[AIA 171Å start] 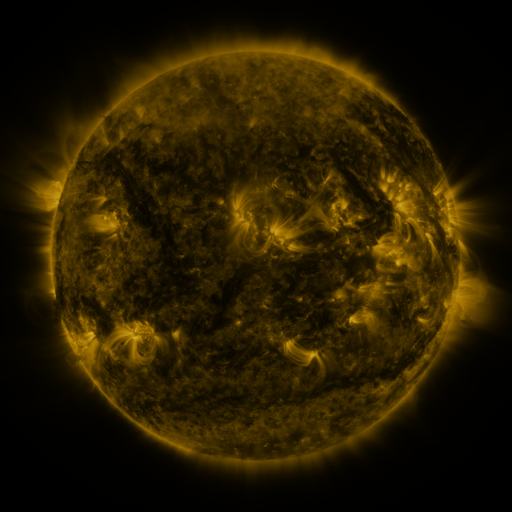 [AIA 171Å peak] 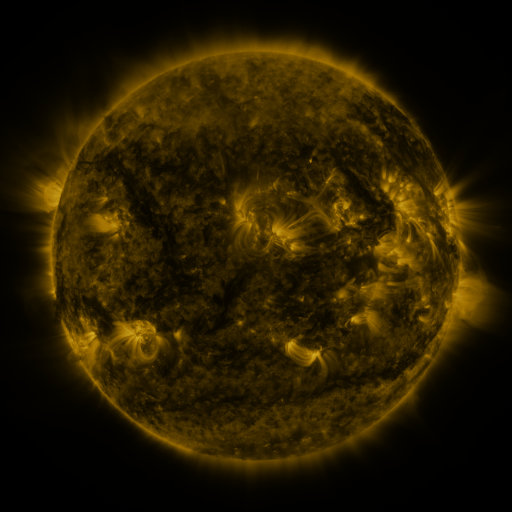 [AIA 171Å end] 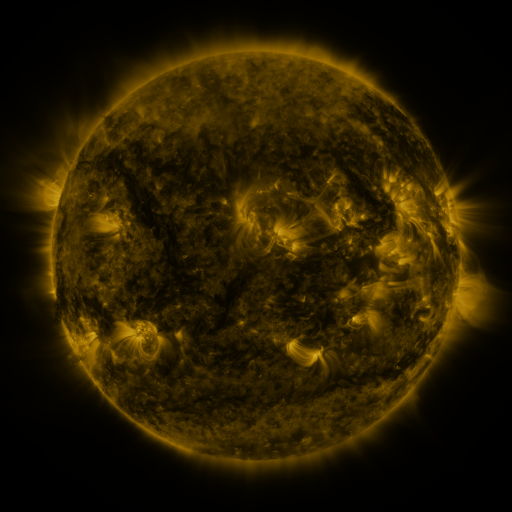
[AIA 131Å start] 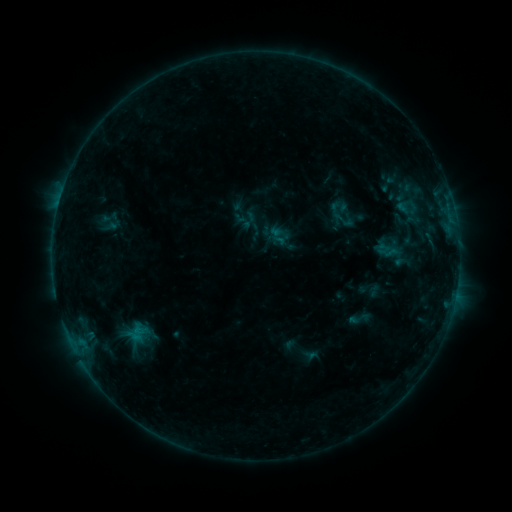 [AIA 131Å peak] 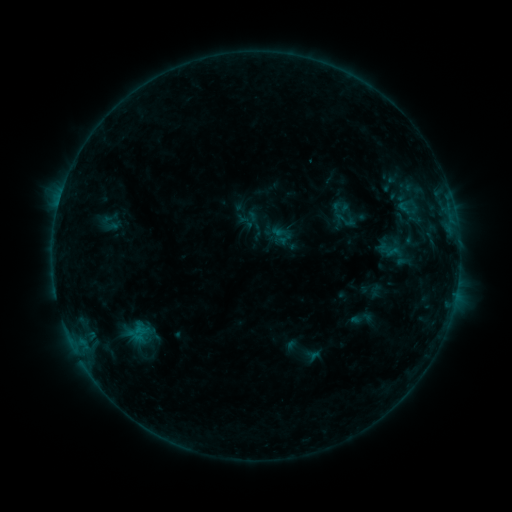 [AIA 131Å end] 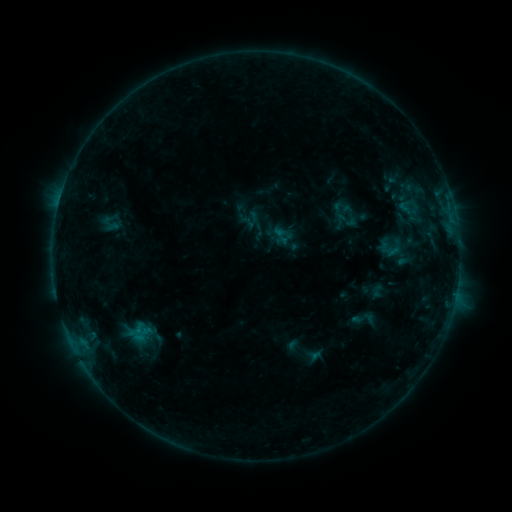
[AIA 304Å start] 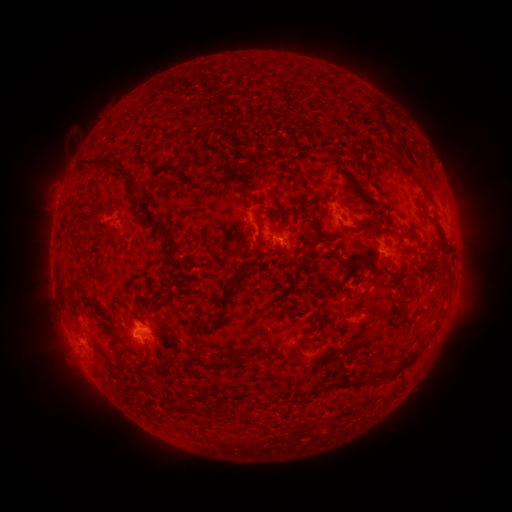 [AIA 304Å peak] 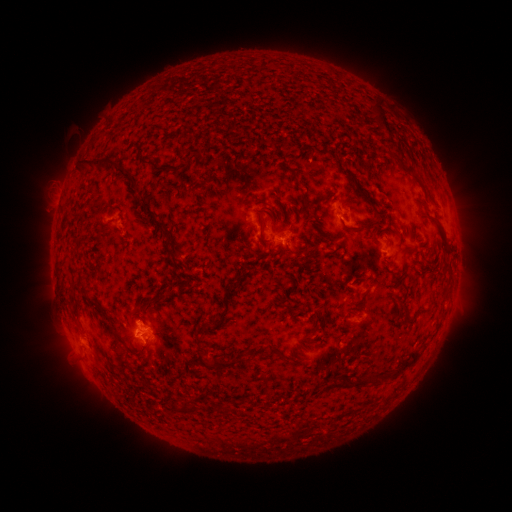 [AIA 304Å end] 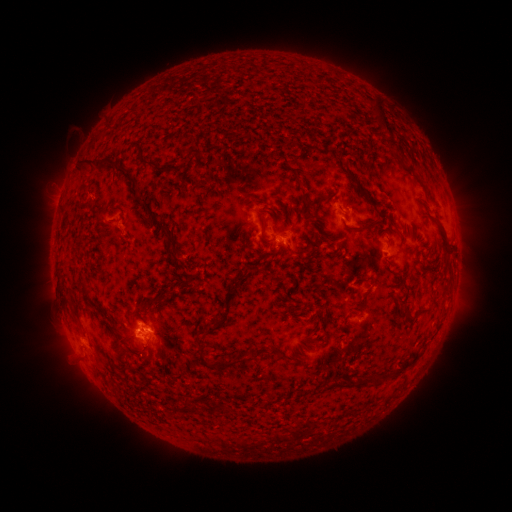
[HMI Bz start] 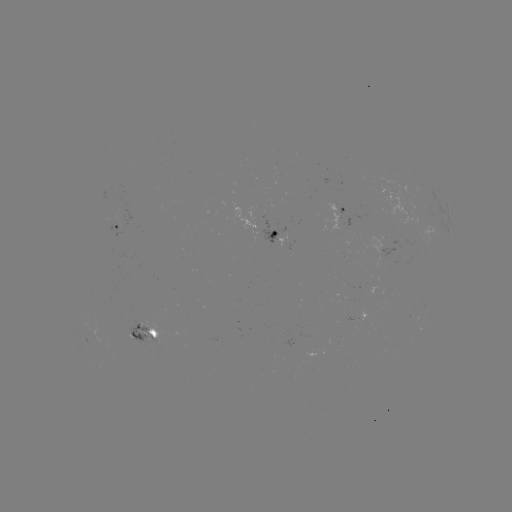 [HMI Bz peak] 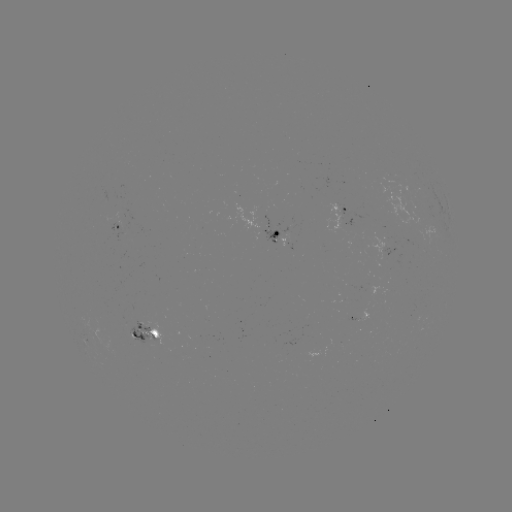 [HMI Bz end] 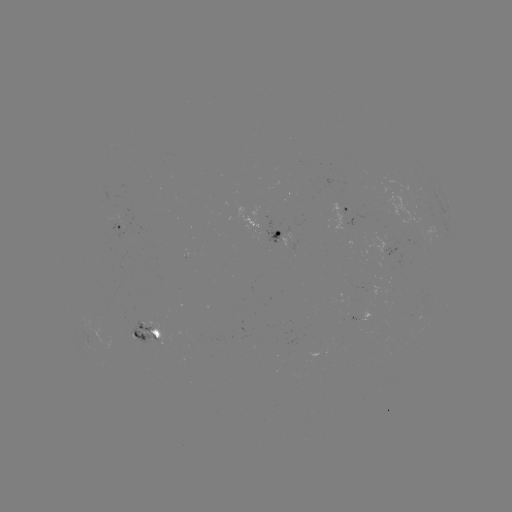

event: emerging-flux region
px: (119, 222)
